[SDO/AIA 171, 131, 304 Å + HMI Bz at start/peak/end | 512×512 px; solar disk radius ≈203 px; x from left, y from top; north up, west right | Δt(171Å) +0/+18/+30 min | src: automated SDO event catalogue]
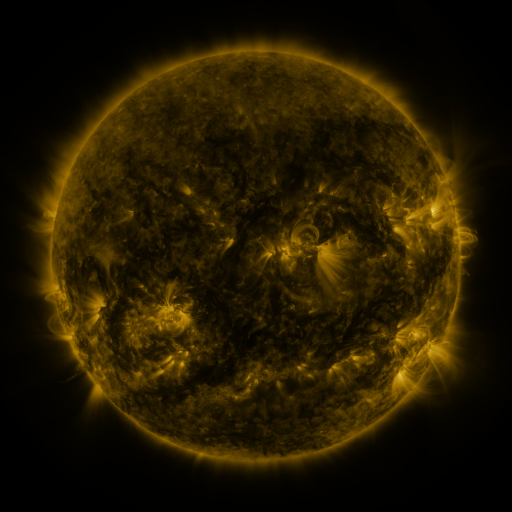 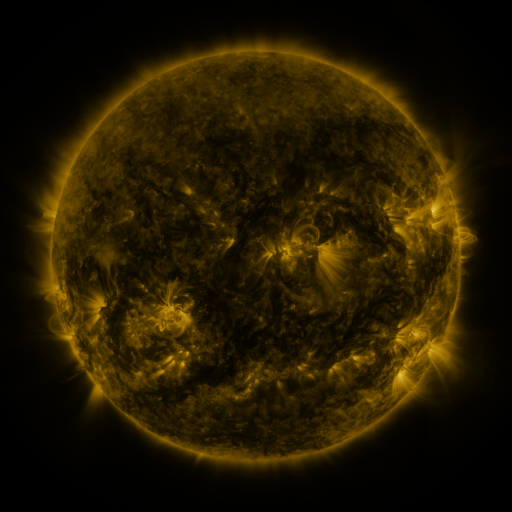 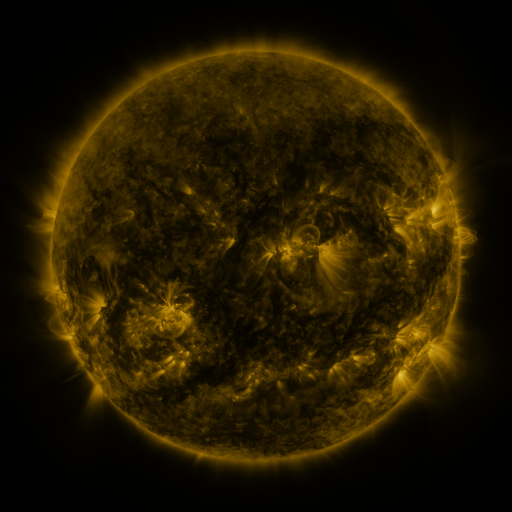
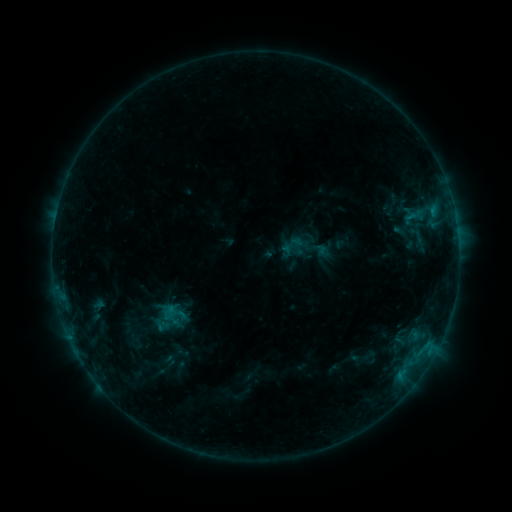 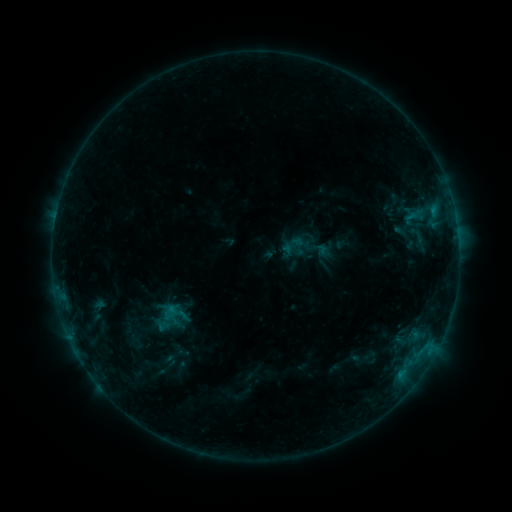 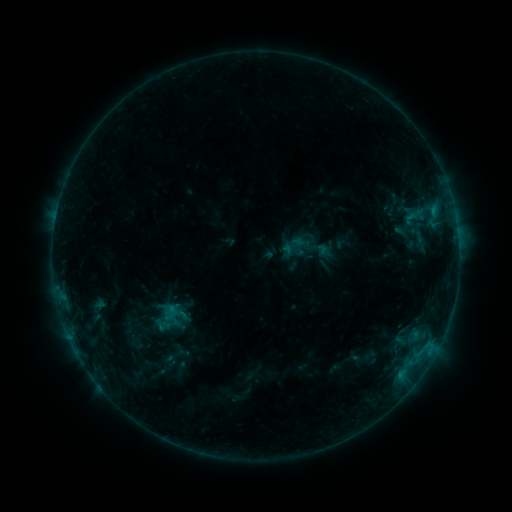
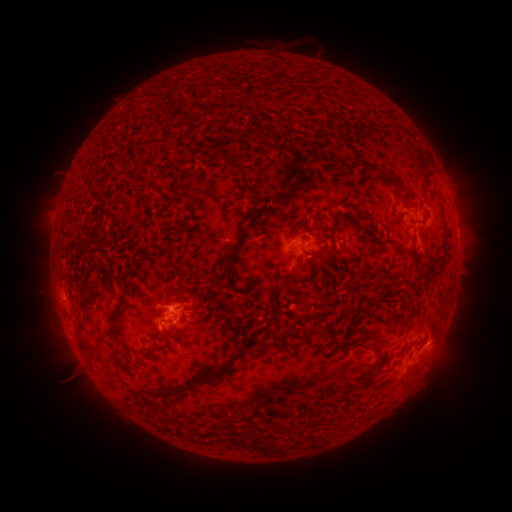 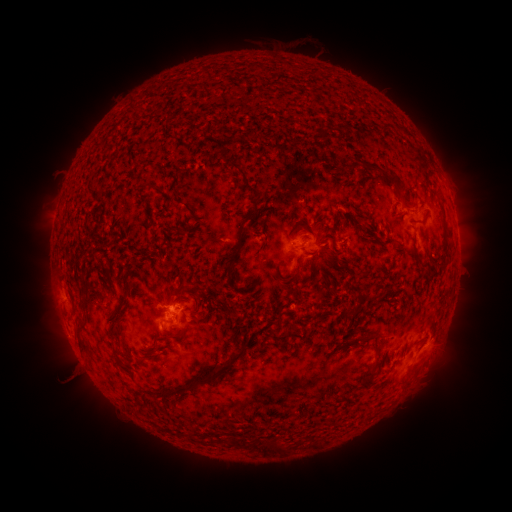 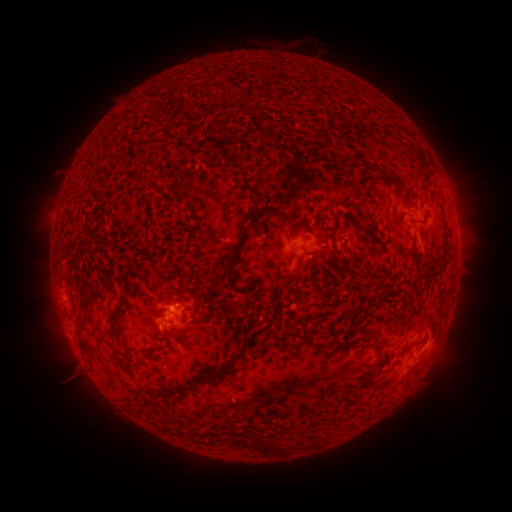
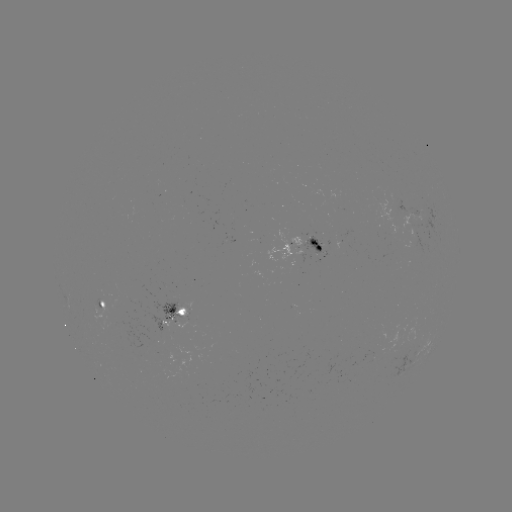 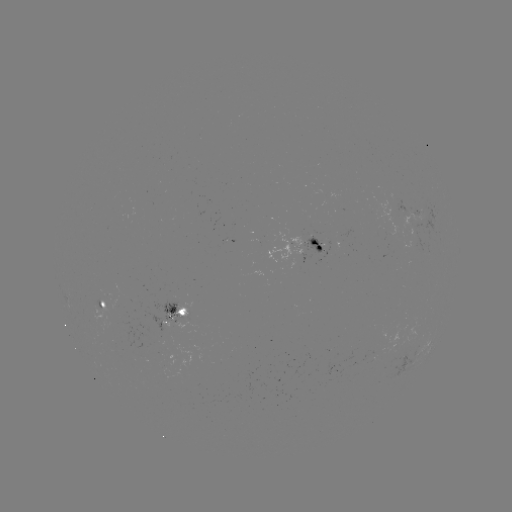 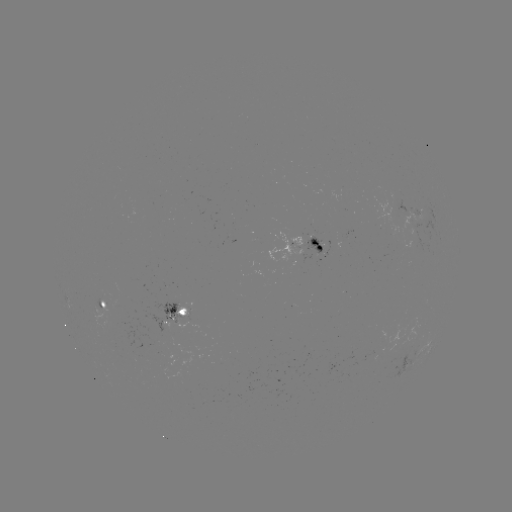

nothing was catalogued: no classed flare, no EUV trigger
